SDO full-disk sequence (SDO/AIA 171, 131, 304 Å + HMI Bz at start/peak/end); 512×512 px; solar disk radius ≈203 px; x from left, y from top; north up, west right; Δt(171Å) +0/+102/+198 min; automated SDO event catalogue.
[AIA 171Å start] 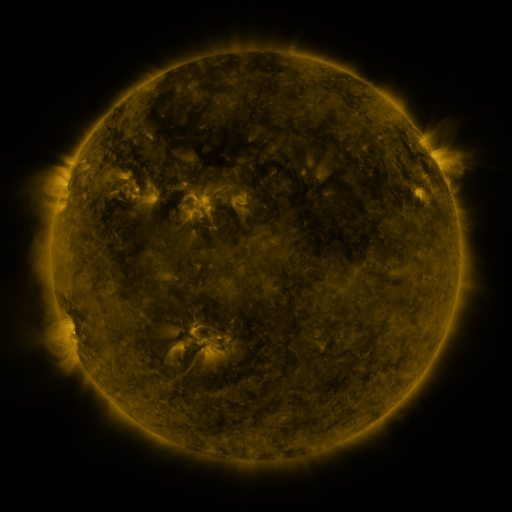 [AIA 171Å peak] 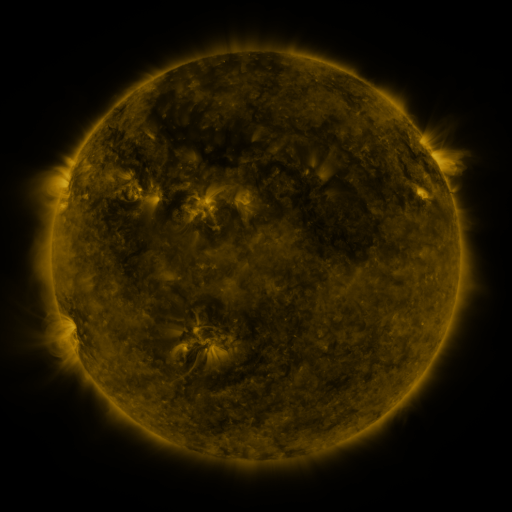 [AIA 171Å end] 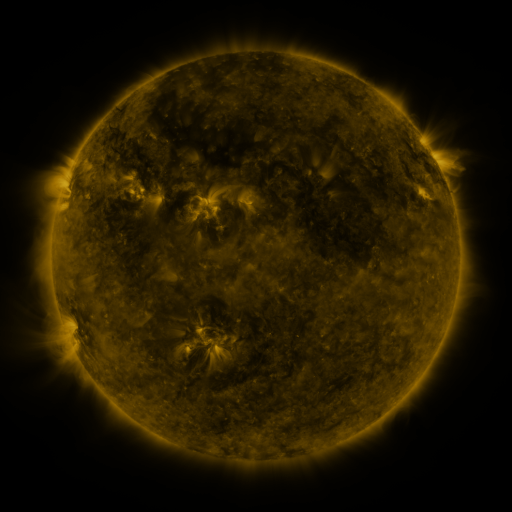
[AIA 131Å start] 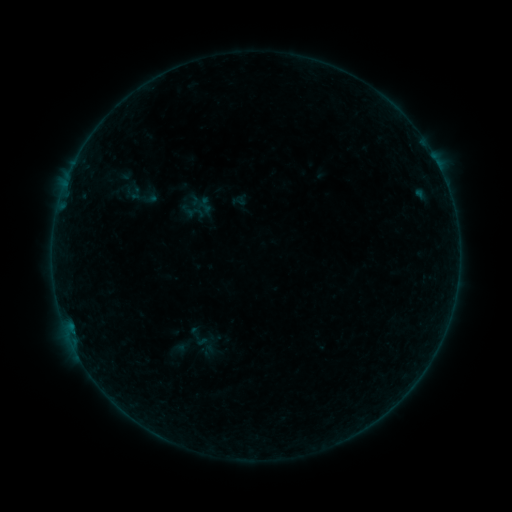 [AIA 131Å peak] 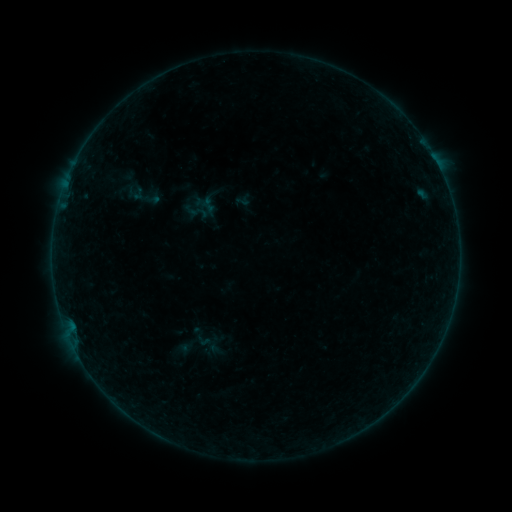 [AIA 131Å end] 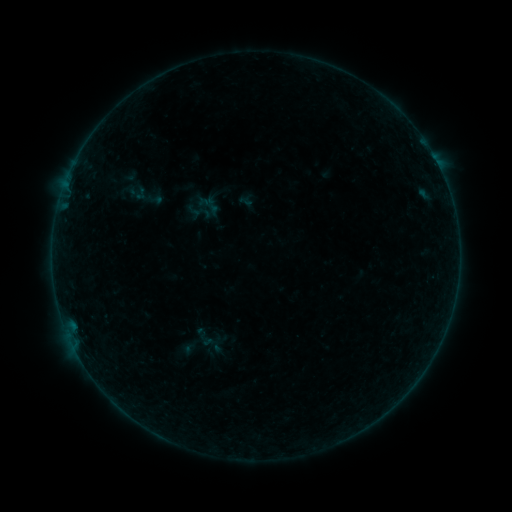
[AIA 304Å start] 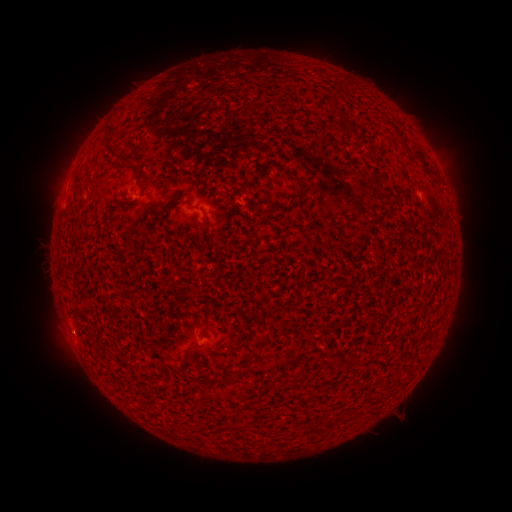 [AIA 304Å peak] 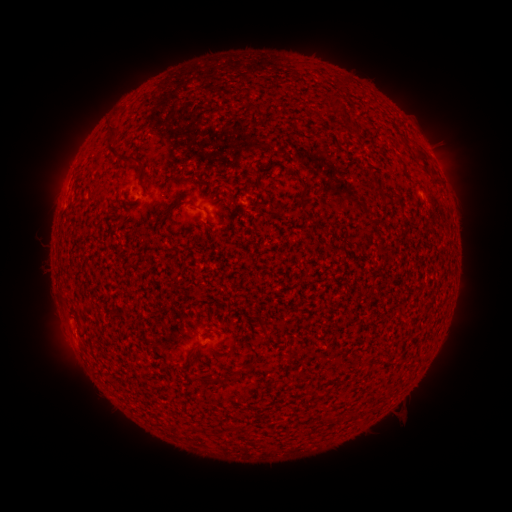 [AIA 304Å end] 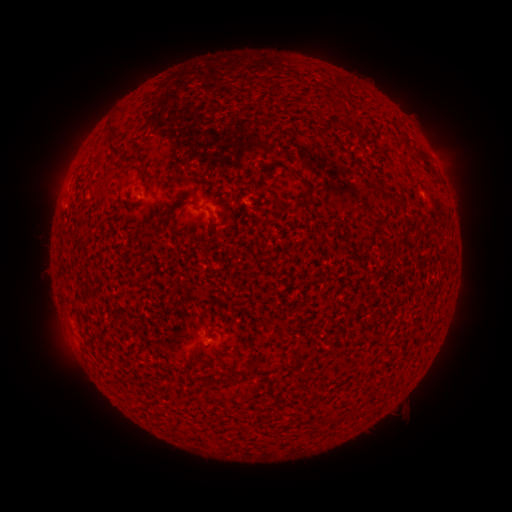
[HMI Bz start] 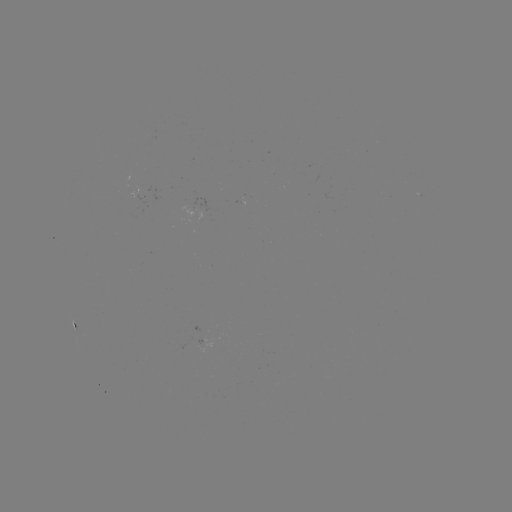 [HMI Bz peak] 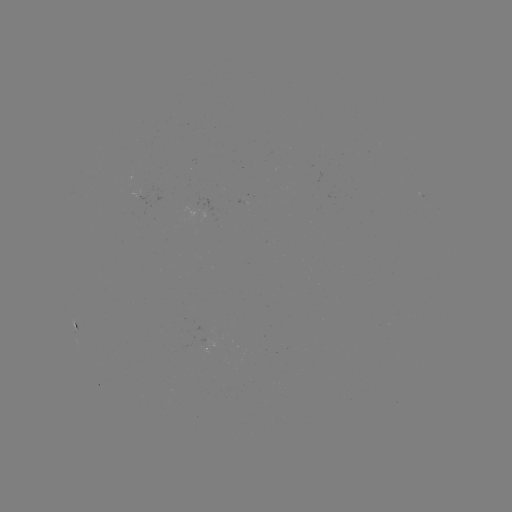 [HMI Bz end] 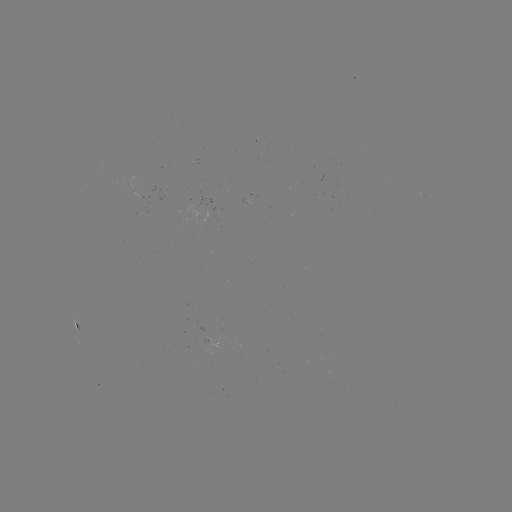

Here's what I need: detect filament eruption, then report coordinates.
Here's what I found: filament eruption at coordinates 70,350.